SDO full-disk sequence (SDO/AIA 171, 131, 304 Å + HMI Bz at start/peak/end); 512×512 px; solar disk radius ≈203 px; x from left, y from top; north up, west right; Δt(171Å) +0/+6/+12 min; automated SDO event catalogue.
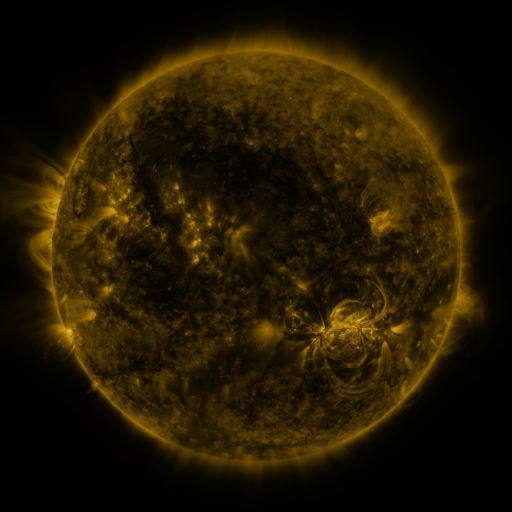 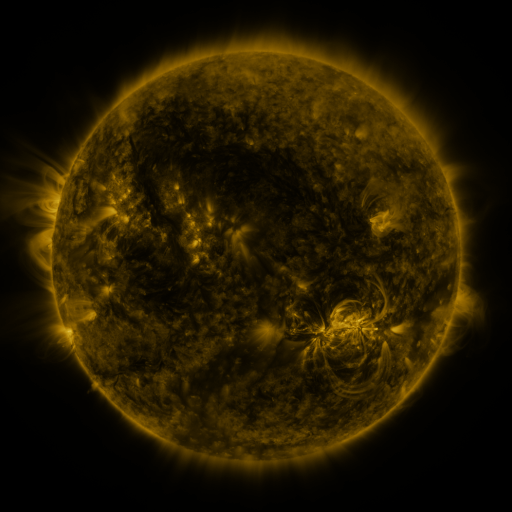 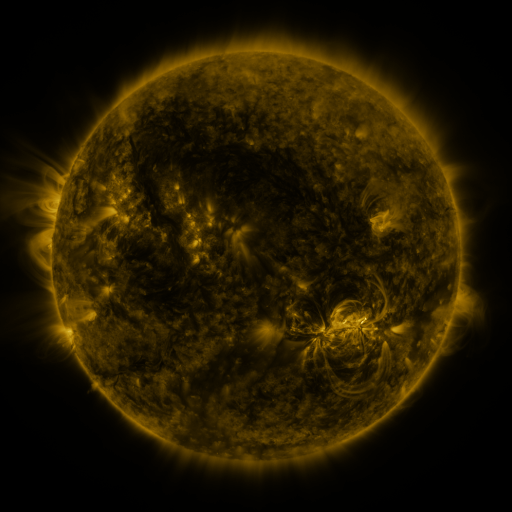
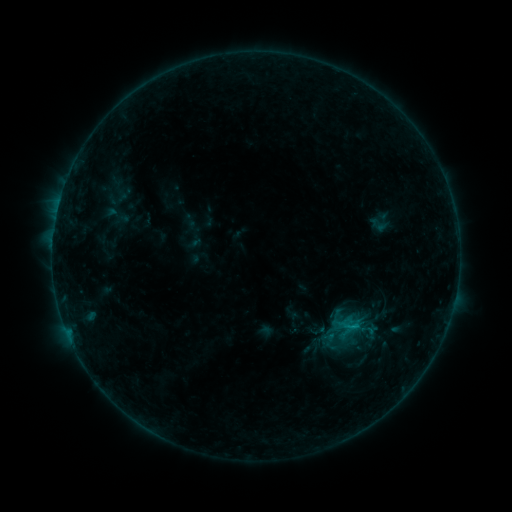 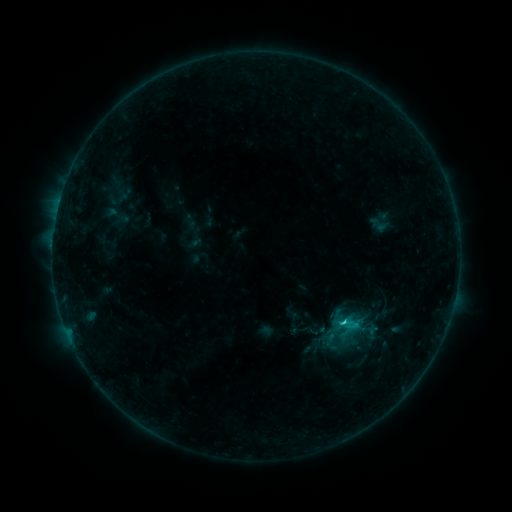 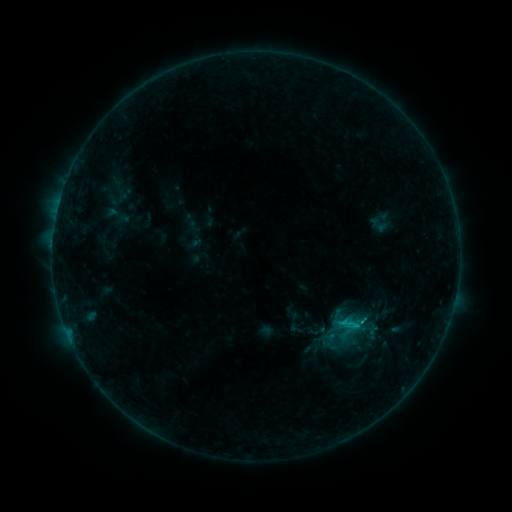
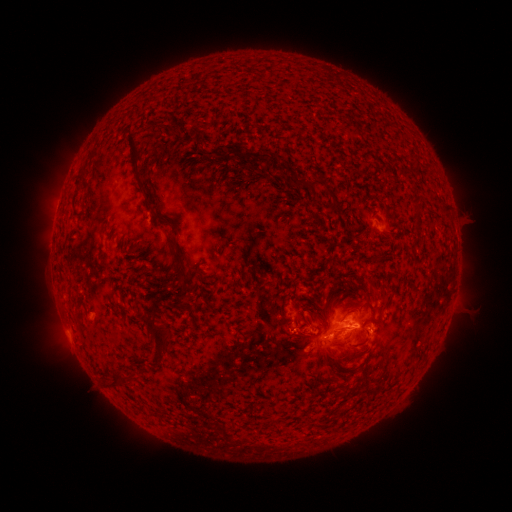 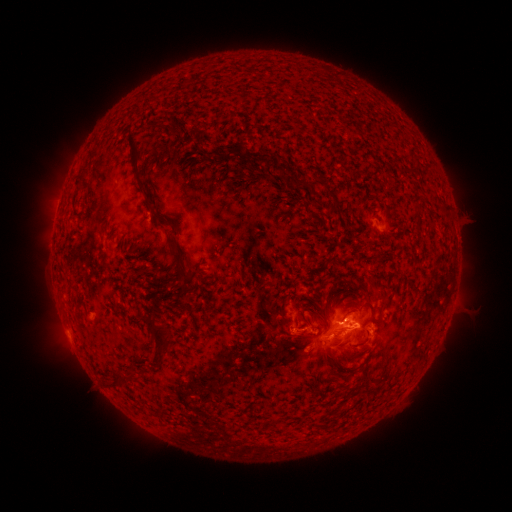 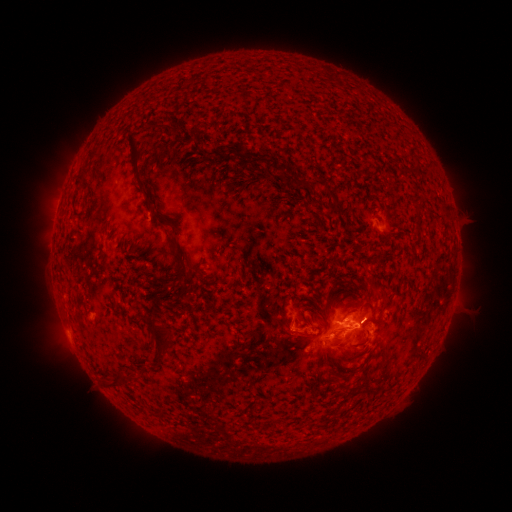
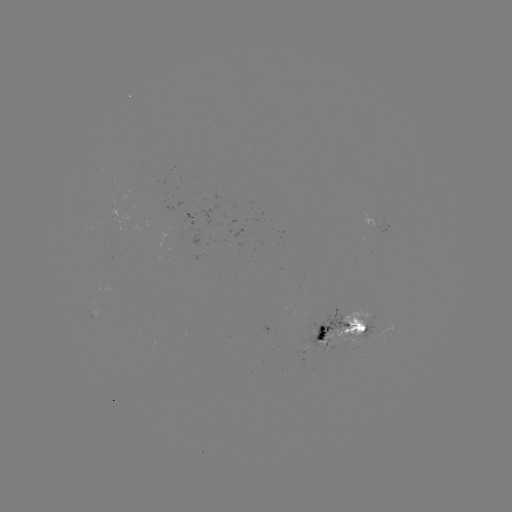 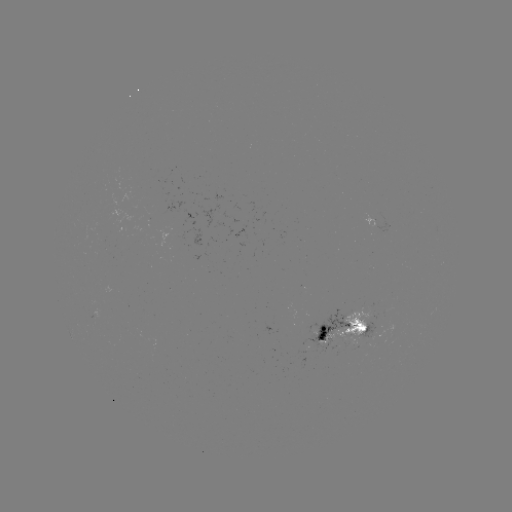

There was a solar flare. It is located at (339, 323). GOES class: C1.3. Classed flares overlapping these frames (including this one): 1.